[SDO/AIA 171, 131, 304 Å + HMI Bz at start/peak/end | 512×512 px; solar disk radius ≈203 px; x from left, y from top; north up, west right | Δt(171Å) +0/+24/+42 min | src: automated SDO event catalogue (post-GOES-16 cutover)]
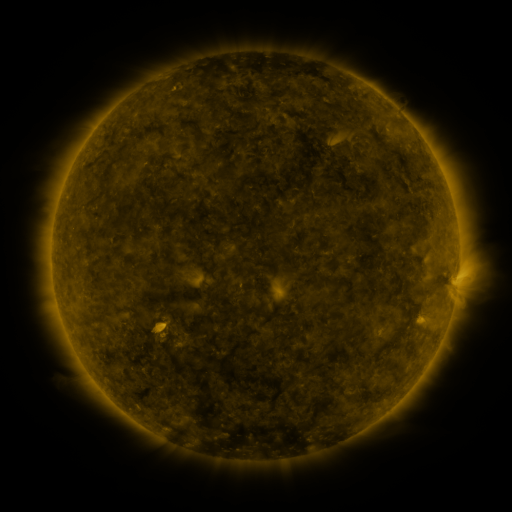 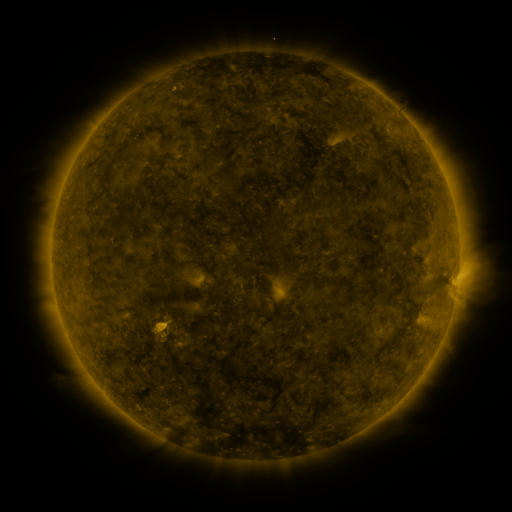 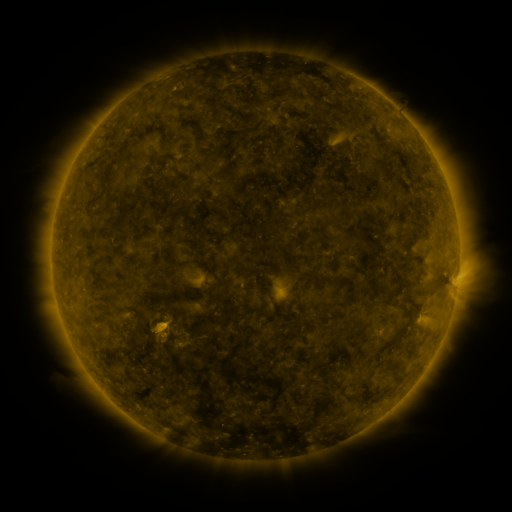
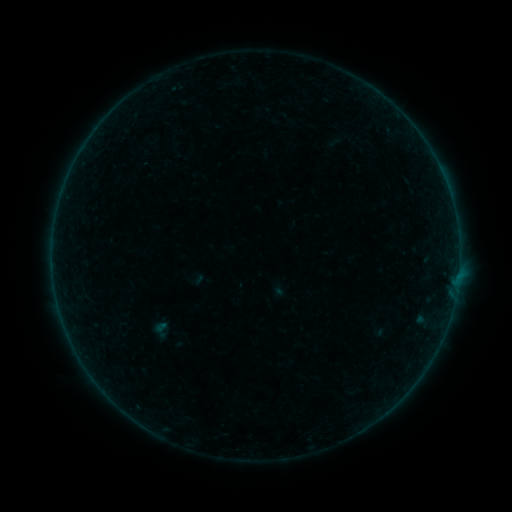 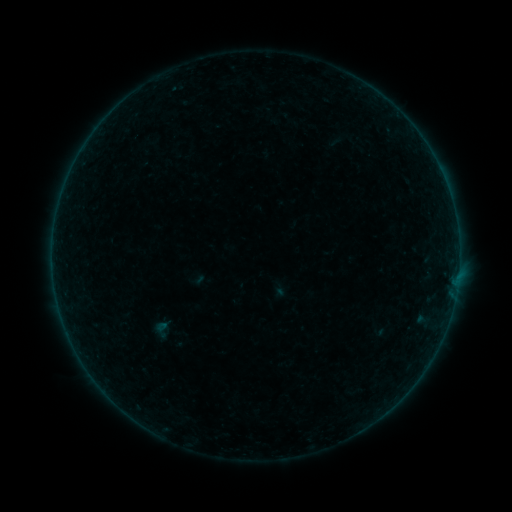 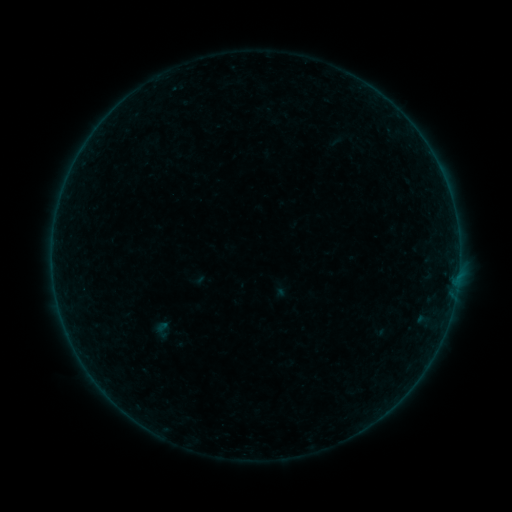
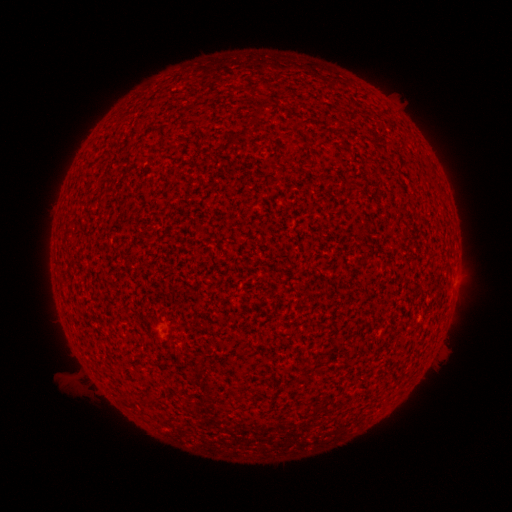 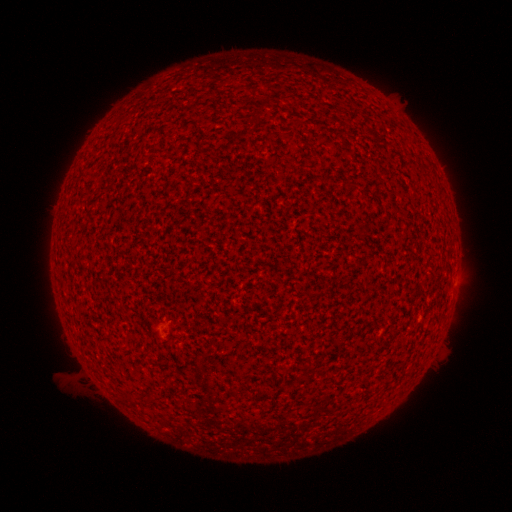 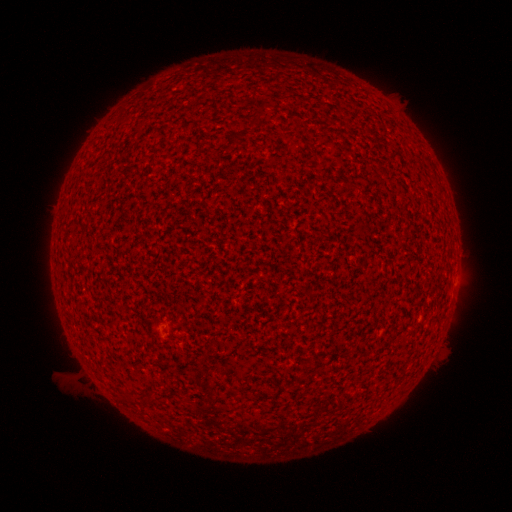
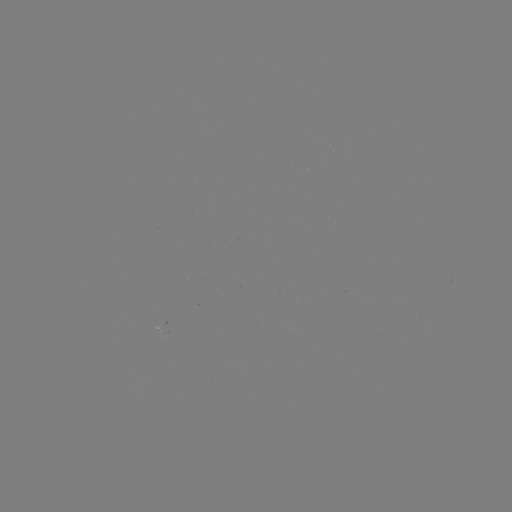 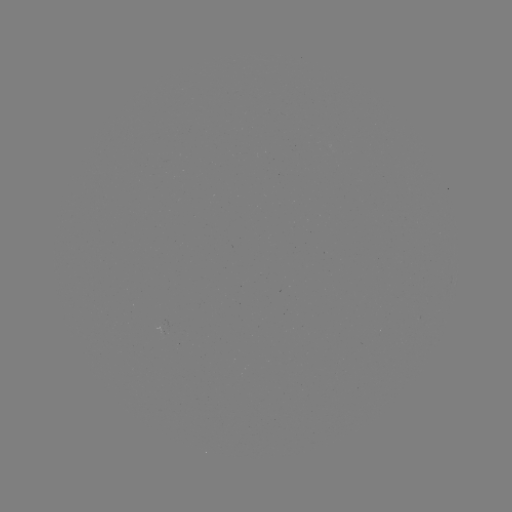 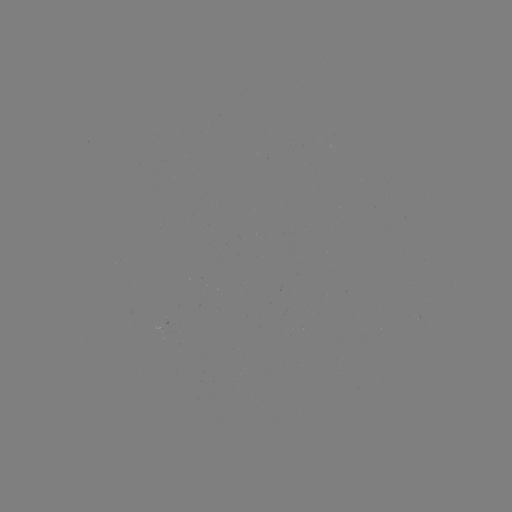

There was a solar flare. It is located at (457, 283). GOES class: A1.7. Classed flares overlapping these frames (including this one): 1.